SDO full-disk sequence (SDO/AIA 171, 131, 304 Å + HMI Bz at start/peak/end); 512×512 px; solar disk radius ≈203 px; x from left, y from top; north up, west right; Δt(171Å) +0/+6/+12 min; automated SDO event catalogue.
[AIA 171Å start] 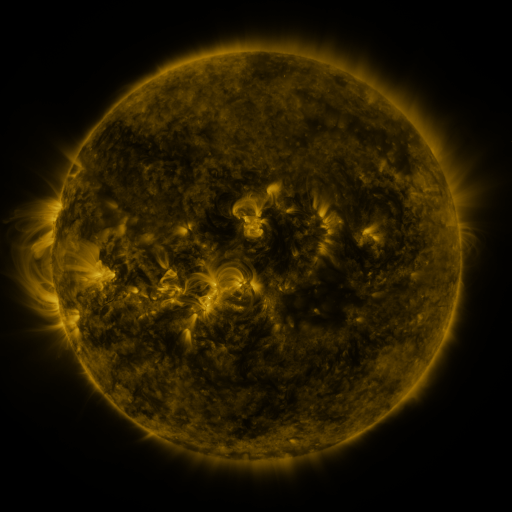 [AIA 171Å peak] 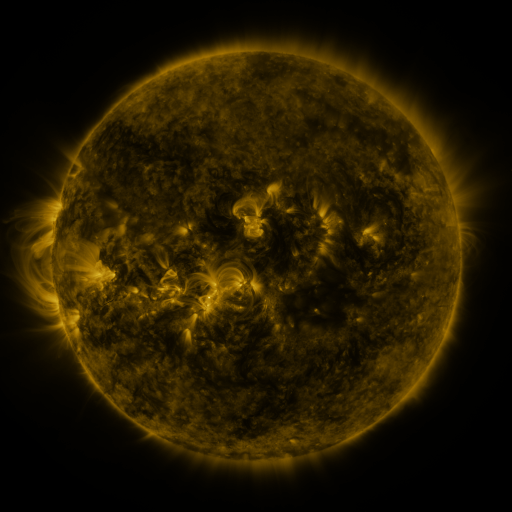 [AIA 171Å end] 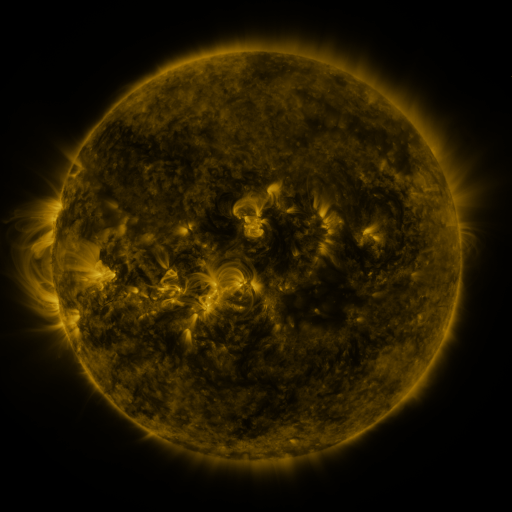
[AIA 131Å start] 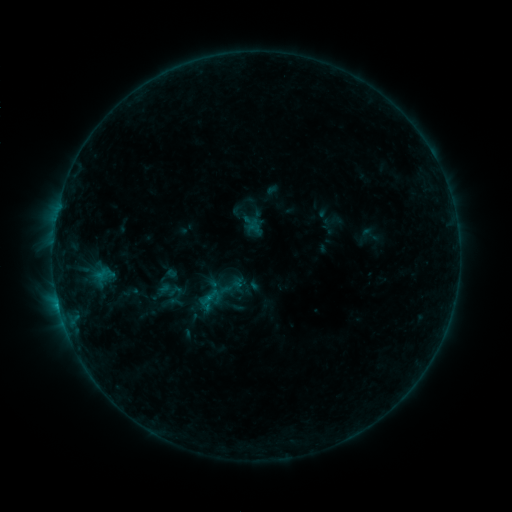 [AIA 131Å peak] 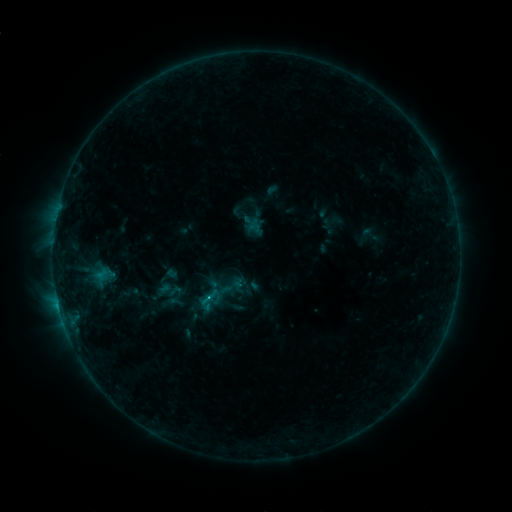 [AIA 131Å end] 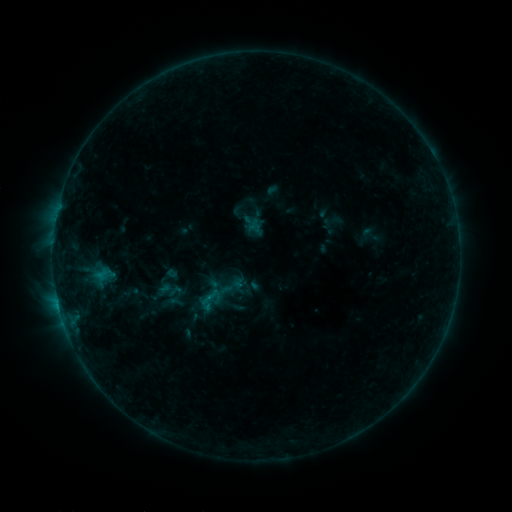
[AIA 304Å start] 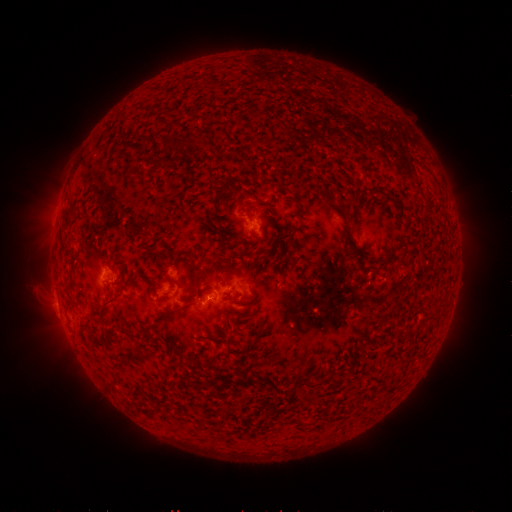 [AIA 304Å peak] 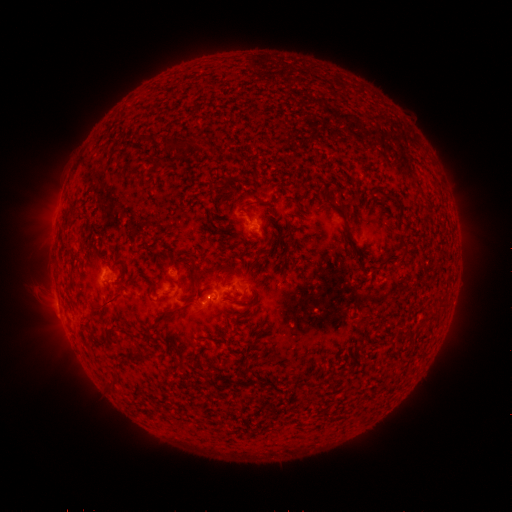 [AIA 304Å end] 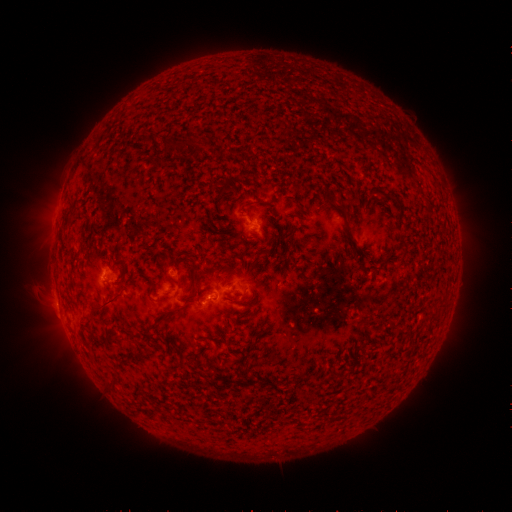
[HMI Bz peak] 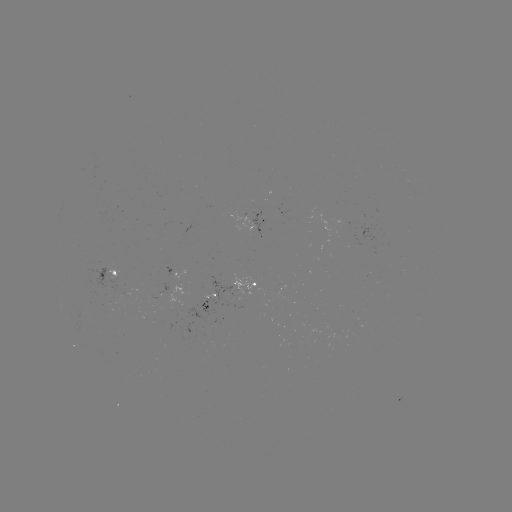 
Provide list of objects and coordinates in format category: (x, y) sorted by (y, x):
B6.7 flare: (211, 298)
